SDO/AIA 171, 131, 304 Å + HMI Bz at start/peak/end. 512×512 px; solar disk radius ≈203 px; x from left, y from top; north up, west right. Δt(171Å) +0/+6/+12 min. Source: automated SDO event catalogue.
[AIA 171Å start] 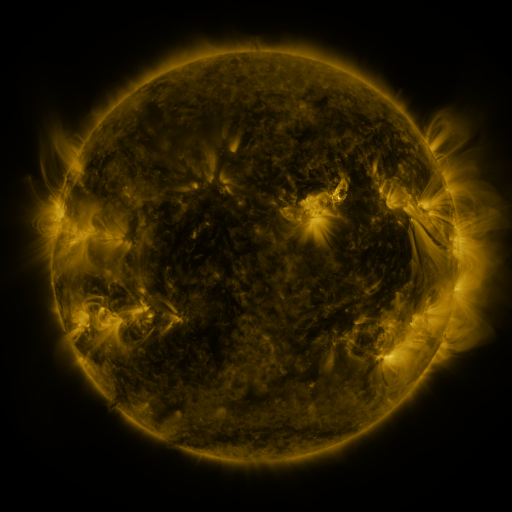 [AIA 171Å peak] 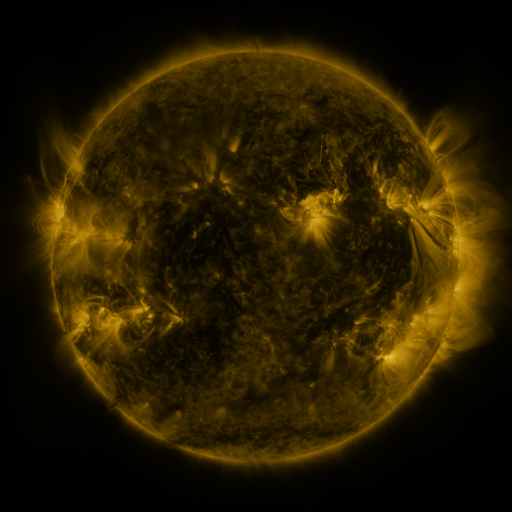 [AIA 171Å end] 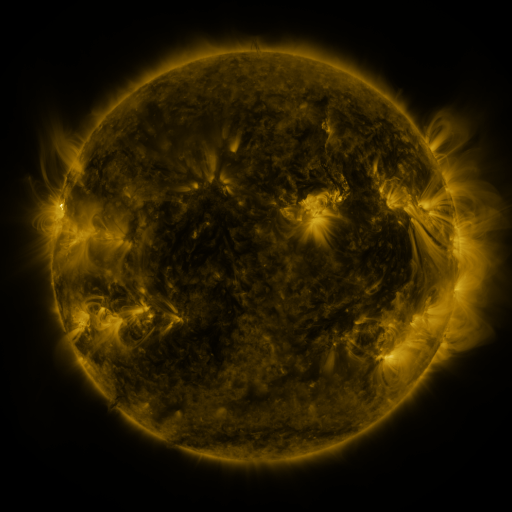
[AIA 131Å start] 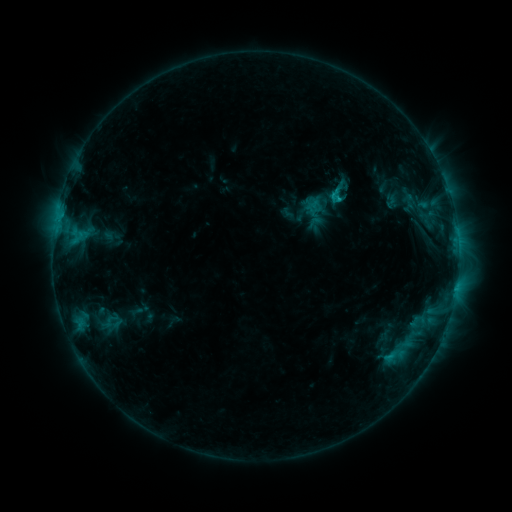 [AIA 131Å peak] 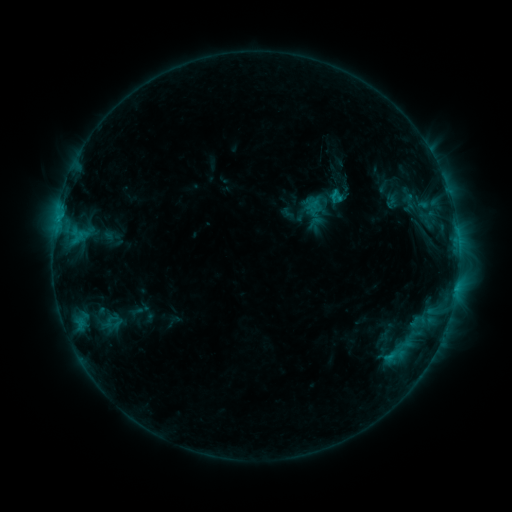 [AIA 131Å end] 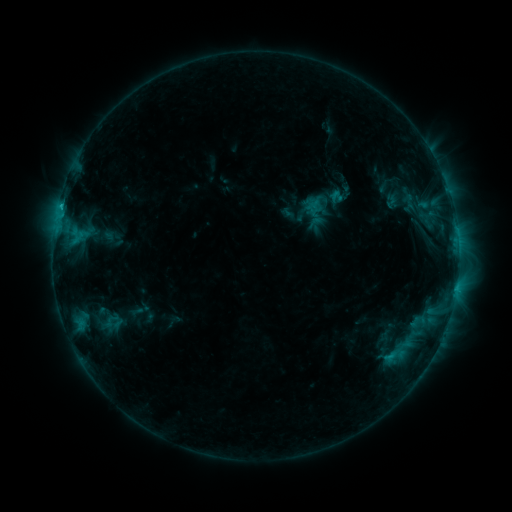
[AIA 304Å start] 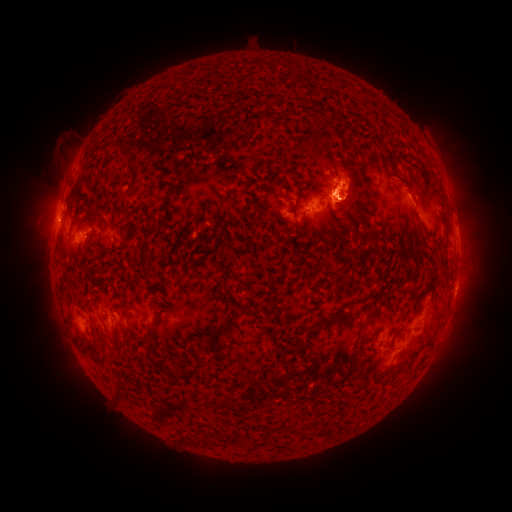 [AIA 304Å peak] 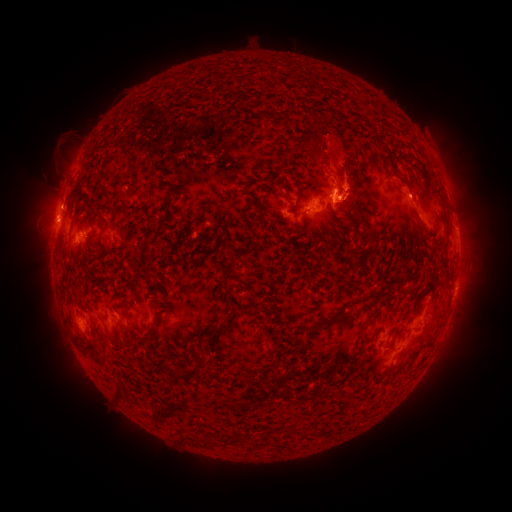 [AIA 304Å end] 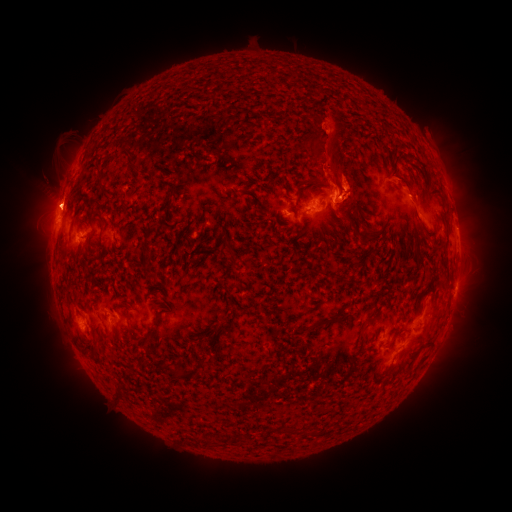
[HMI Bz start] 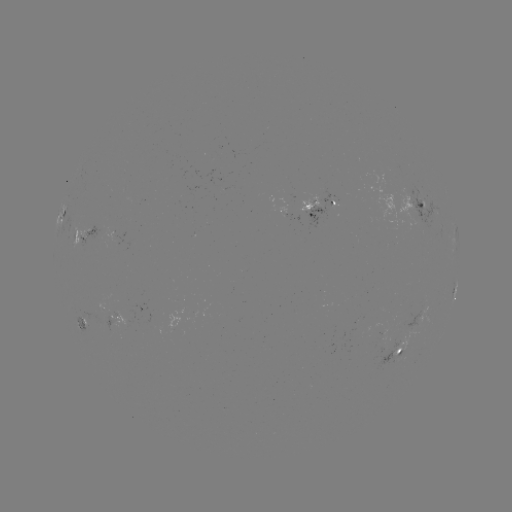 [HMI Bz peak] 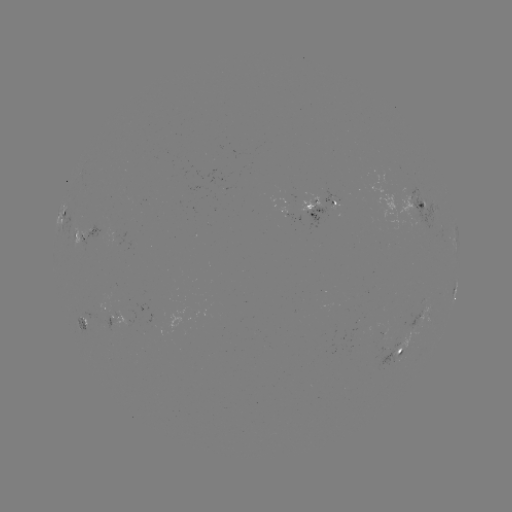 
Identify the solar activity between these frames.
eruption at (382, 149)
